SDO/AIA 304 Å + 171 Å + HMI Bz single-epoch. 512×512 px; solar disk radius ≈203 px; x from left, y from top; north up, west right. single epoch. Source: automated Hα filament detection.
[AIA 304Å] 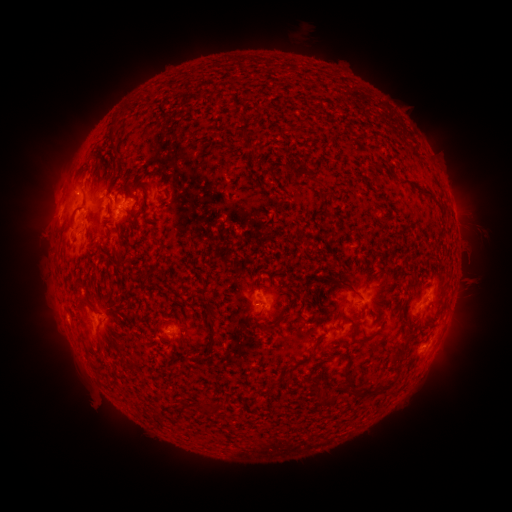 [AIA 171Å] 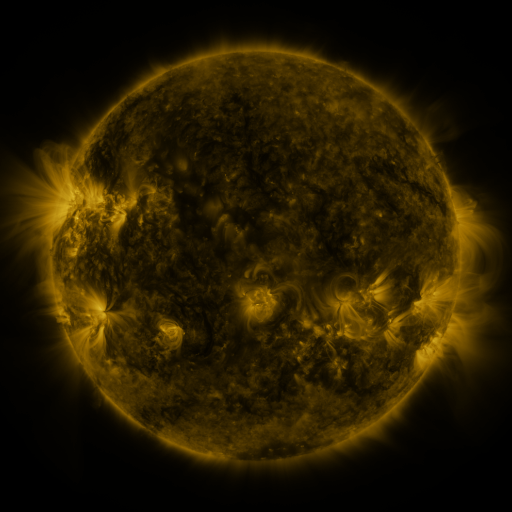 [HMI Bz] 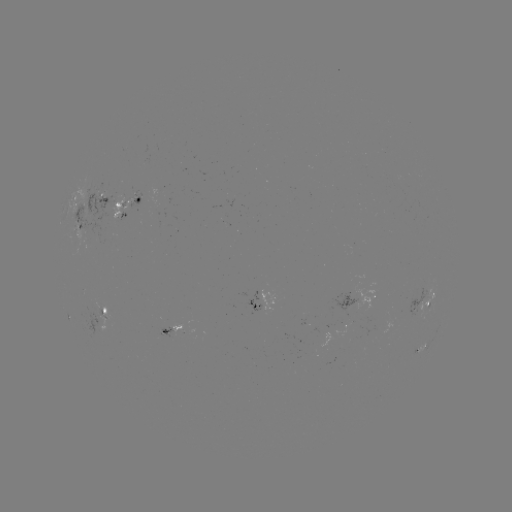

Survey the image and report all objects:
filament: <bbox>375, 162, 393, 177</bbox>
filament: <bbox>401, 176, 435, 198</bbox>
filament: <bbox>81, 191, 87, 207</bbox>
filament: <bbox>153, 238, 165, 251</bbox>
filament: <bbox>89, 241, 98, 253</bbox>
filament: <bbox>333, 275, 353, 288</bbox>
filament: <bbox>169, 284, 178, 293</bbox>
filament: <bbox>201, 288, 210, 296</bbox>
filament: <bbox>205, 308, 219, 326</bbox>
filament: <bbox>269, 314, 284, 327</bbox>
filament: <bbox>210, 331, 218, 340</bbox>
filament: <bbox>390, 337, 411, 361</bbox>
filament: <bbox>295, 340, 320, 365</bbox>
filament: <bbox>355, 373, 400, 397</bbox>
filament: <bbox>314, 384, 339, 406</bbox>
filament: <bbox>153, 412, 164, 424</bbox>
